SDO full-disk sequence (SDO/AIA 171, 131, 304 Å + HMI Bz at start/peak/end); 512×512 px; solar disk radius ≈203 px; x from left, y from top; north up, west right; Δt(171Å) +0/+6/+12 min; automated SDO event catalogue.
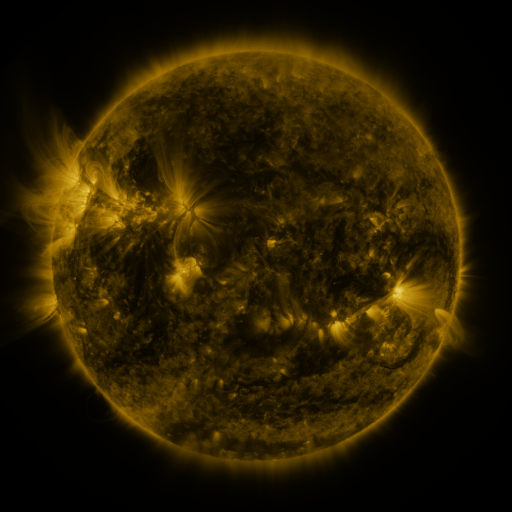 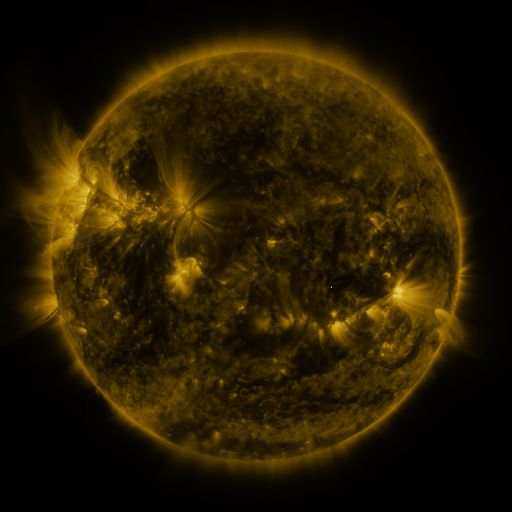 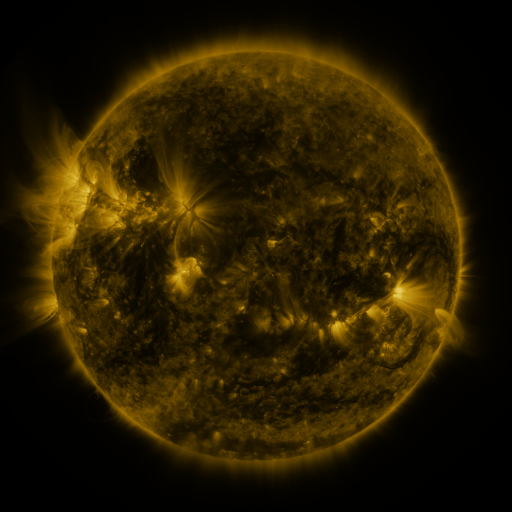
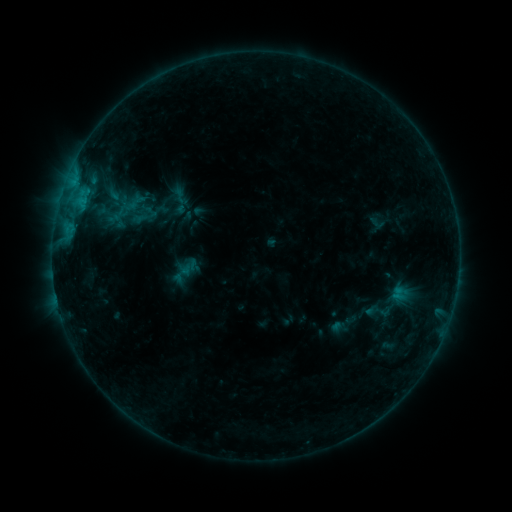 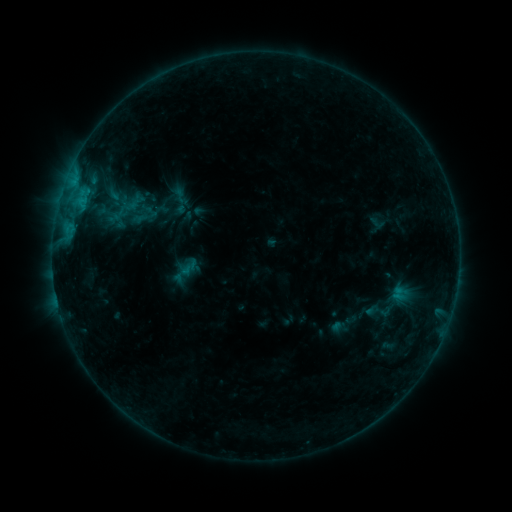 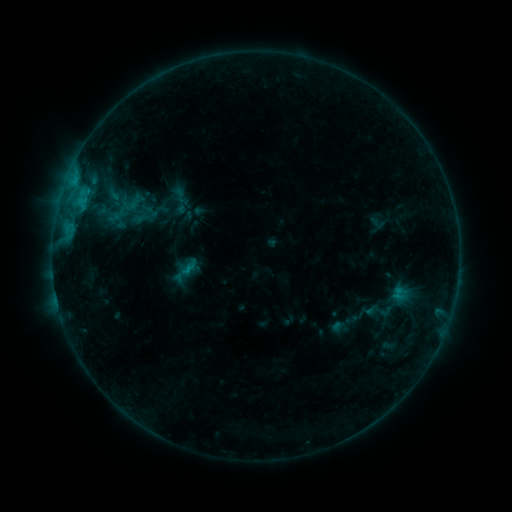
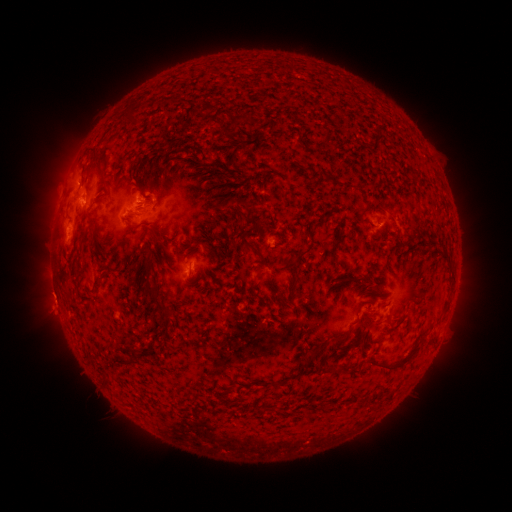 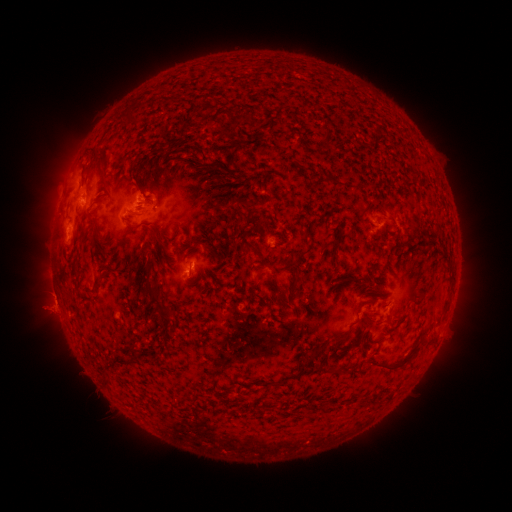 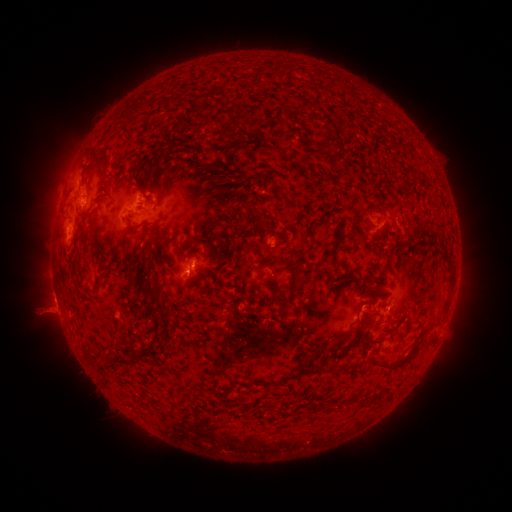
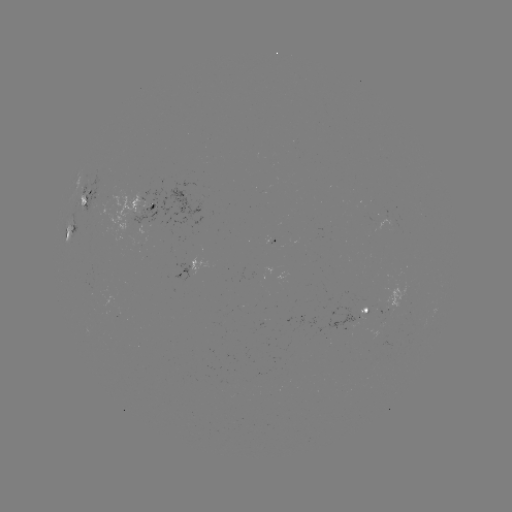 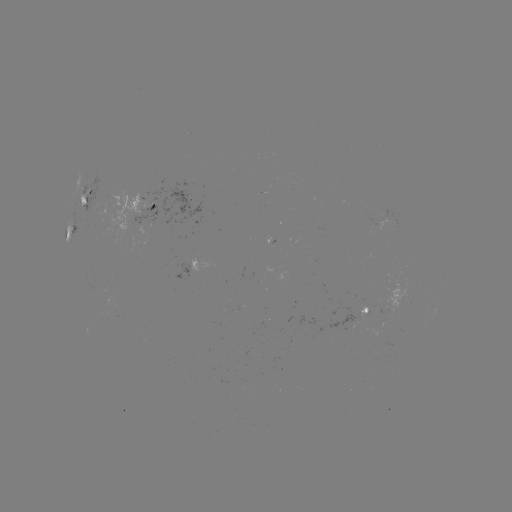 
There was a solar eruption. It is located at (48, 312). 